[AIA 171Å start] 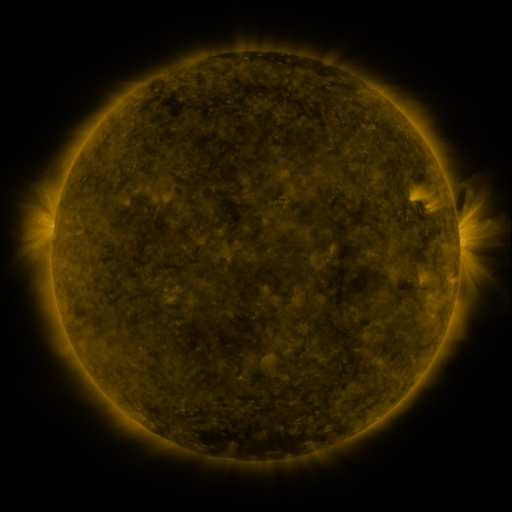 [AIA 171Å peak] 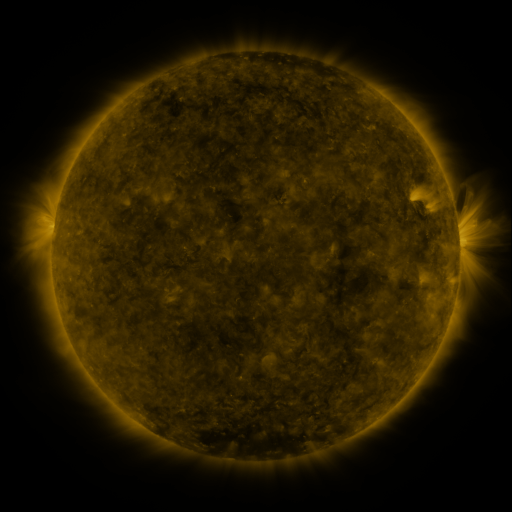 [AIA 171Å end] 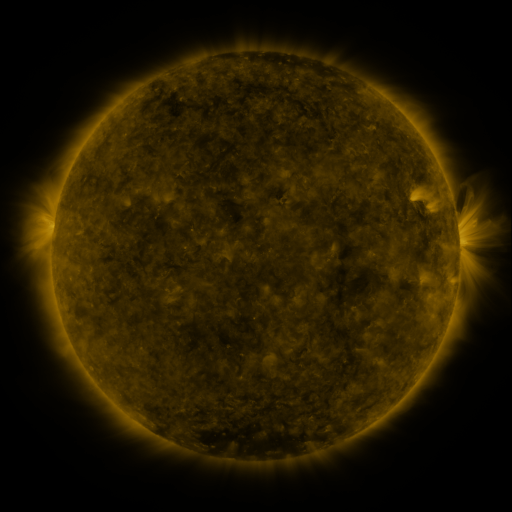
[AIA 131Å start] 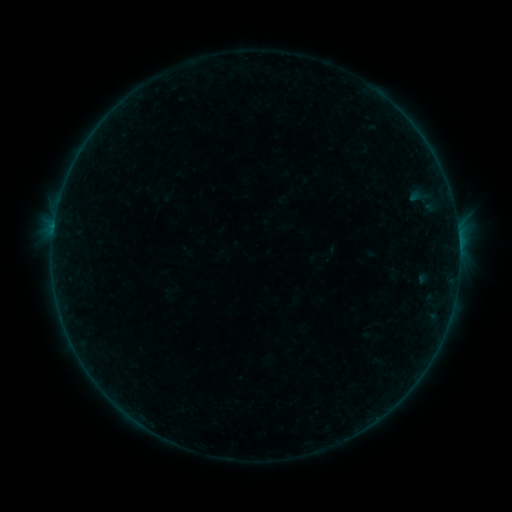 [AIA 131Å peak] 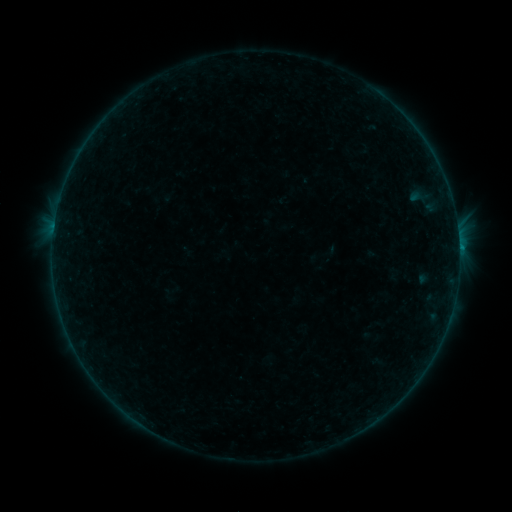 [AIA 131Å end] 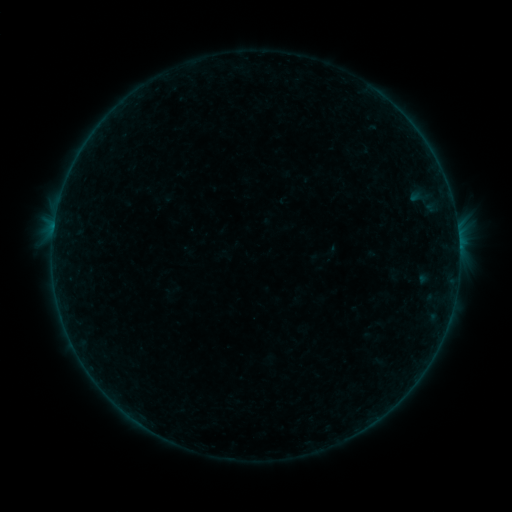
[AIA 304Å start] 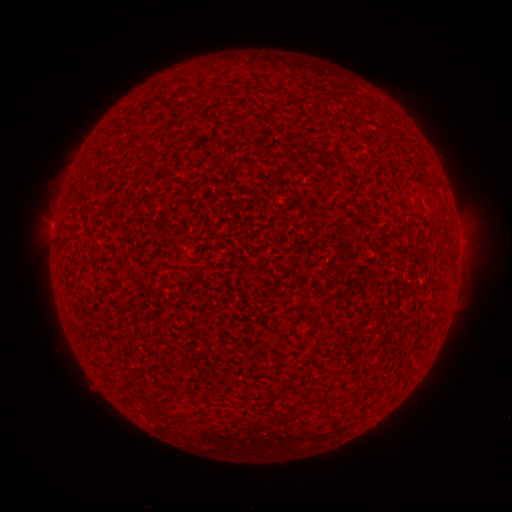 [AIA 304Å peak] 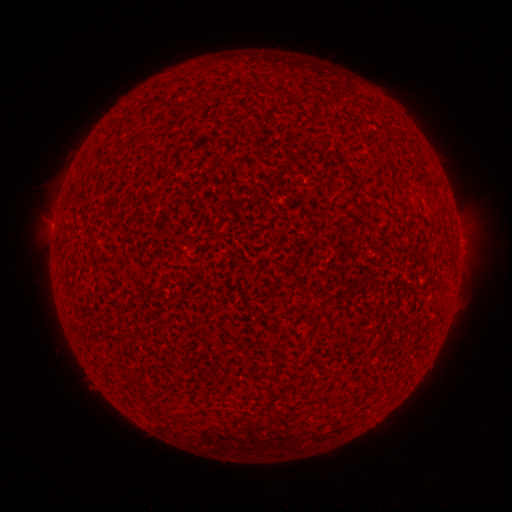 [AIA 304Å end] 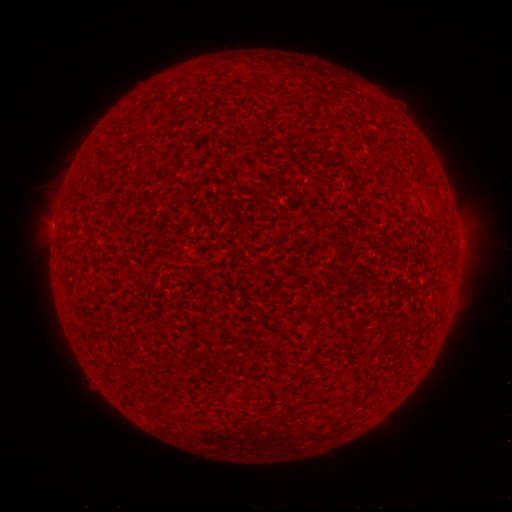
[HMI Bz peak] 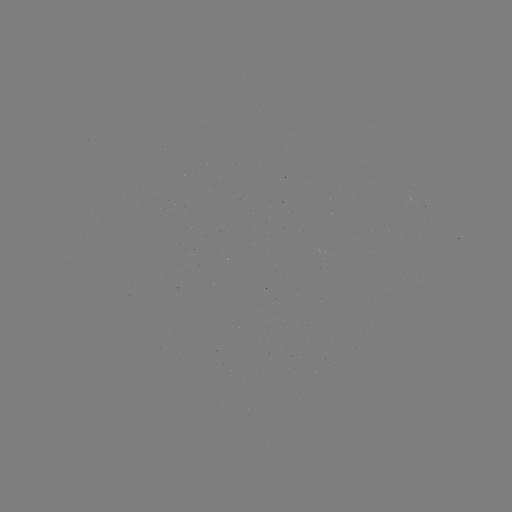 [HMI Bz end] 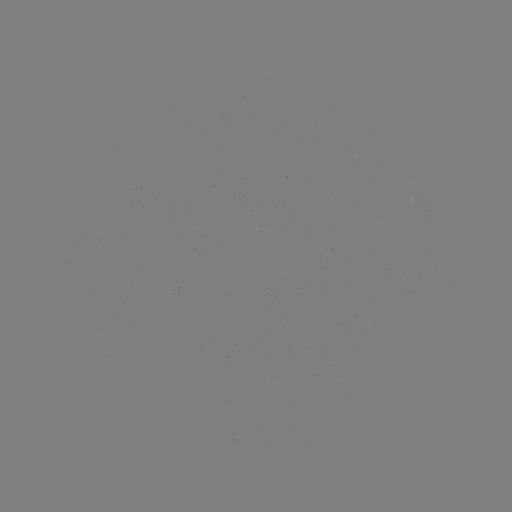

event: flare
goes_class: B1.5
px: (459, 248)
